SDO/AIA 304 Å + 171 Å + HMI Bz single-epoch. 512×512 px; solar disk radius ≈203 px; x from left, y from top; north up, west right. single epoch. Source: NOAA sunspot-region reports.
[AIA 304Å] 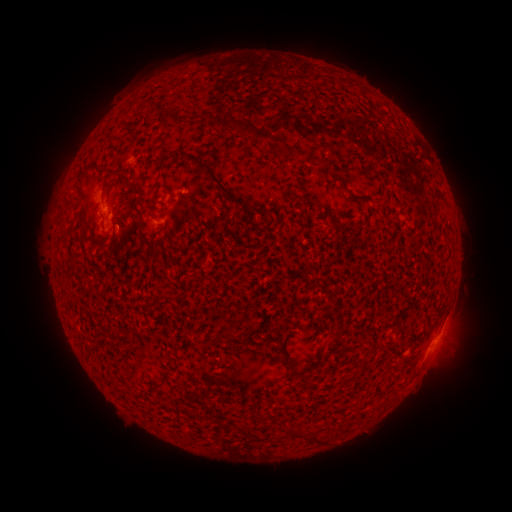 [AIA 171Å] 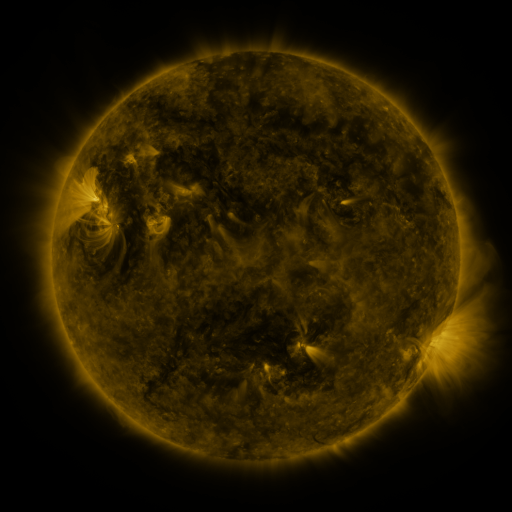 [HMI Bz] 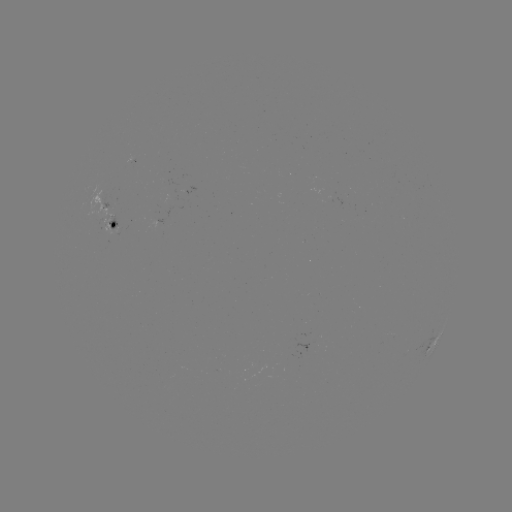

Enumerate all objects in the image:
spotted active region: (107, 216)
spotted active region: (435, 340)
